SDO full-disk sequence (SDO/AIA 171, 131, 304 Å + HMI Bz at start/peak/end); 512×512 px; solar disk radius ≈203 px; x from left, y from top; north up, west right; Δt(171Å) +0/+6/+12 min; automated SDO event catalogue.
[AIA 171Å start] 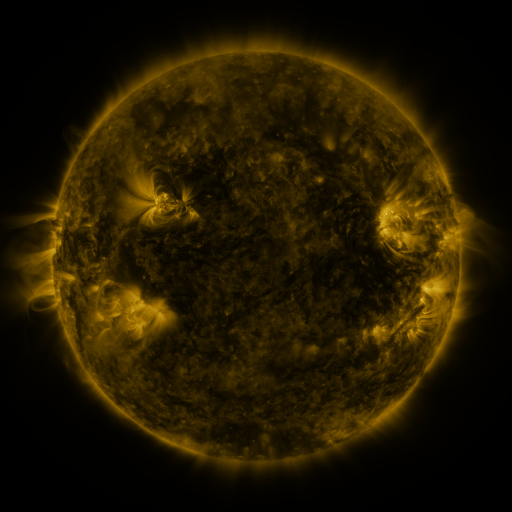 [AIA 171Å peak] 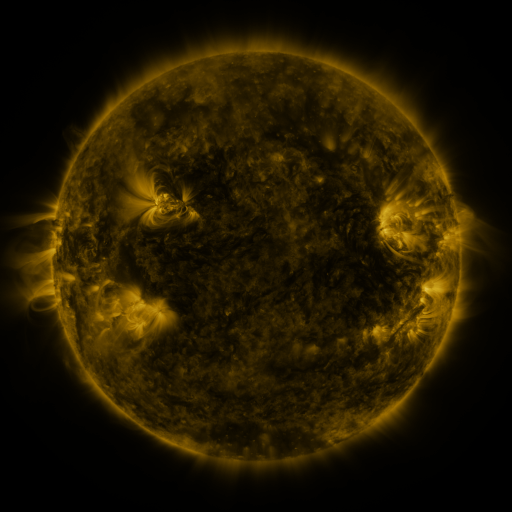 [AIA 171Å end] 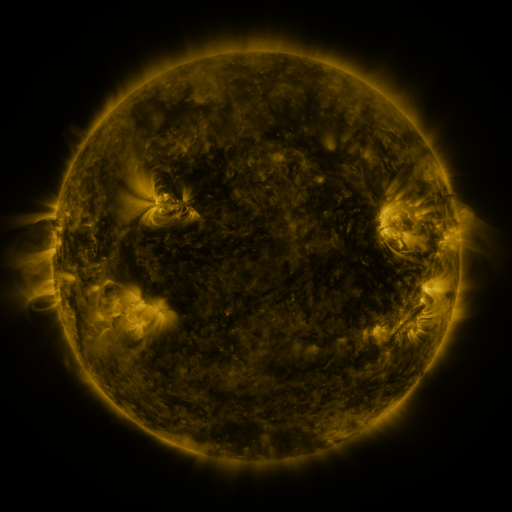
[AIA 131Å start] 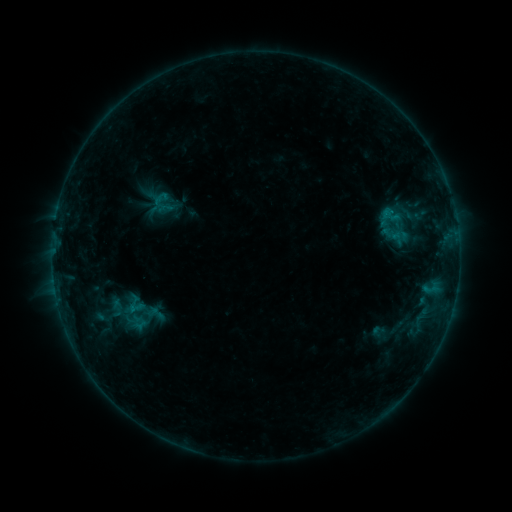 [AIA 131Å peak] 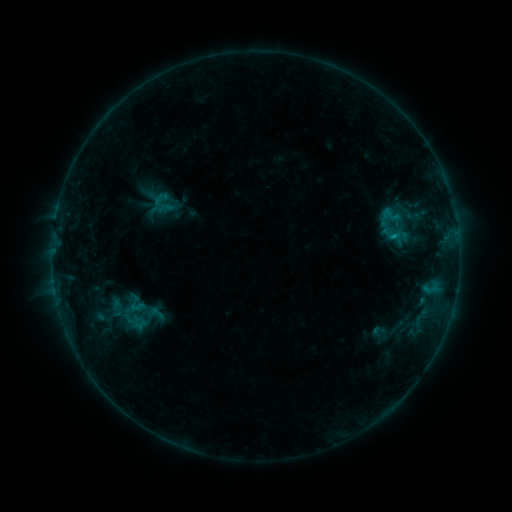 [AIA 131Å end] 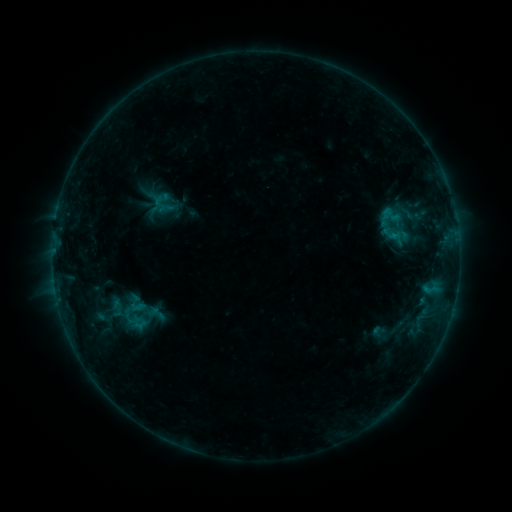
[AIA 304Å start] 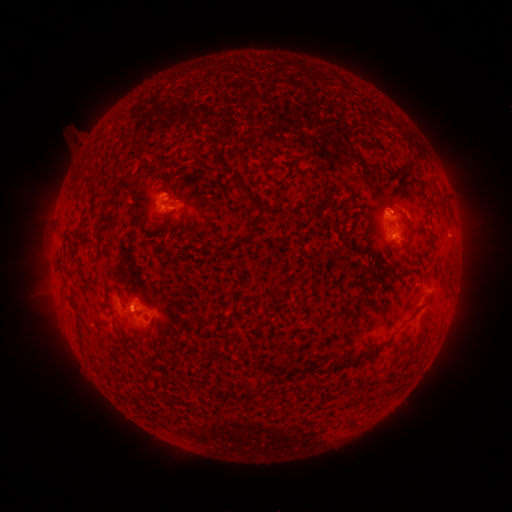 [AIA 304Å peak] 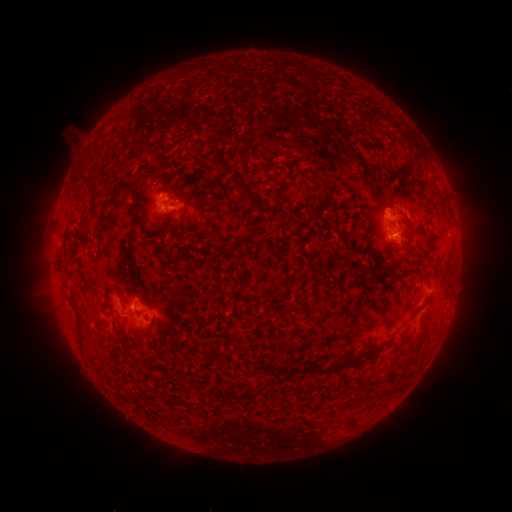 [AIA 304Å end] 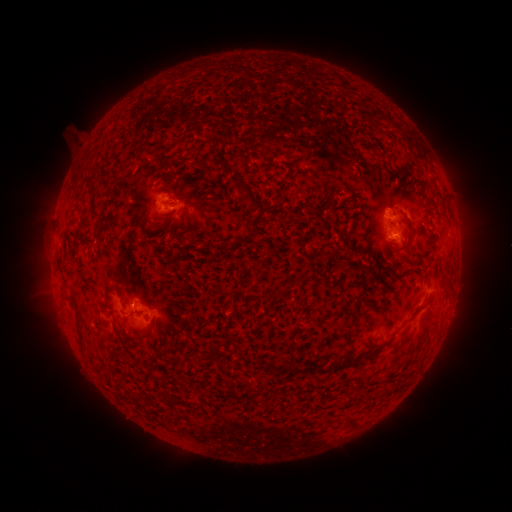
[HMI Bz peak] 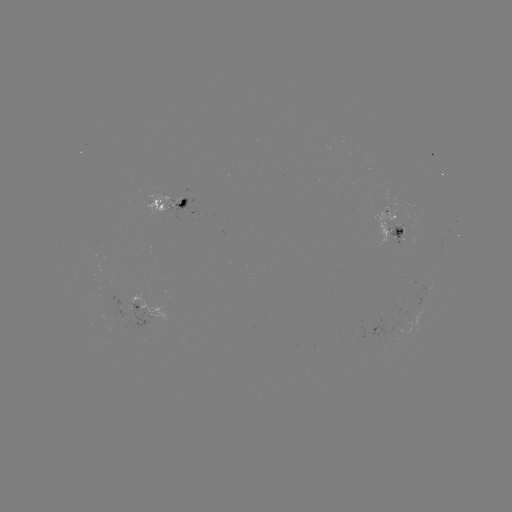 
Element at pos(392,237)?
B6.1 flare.